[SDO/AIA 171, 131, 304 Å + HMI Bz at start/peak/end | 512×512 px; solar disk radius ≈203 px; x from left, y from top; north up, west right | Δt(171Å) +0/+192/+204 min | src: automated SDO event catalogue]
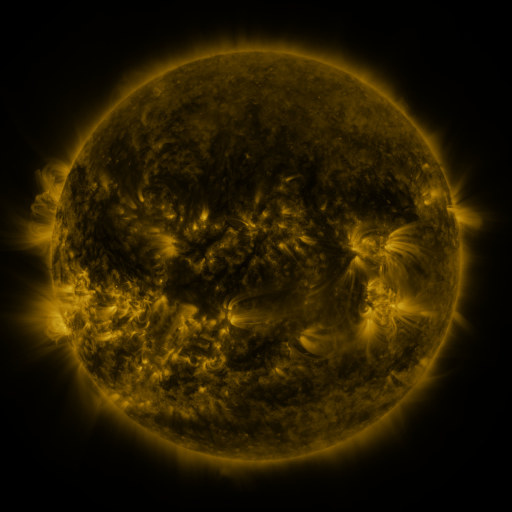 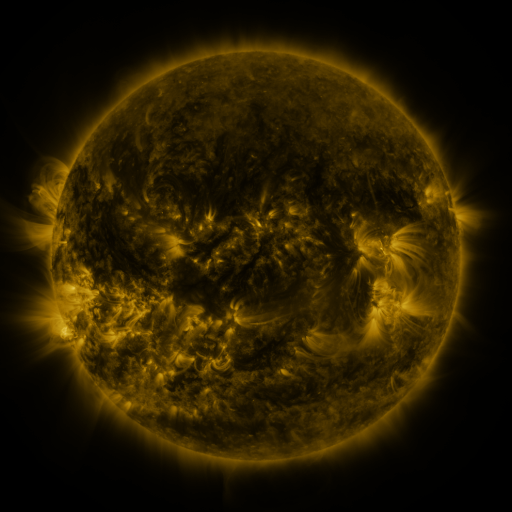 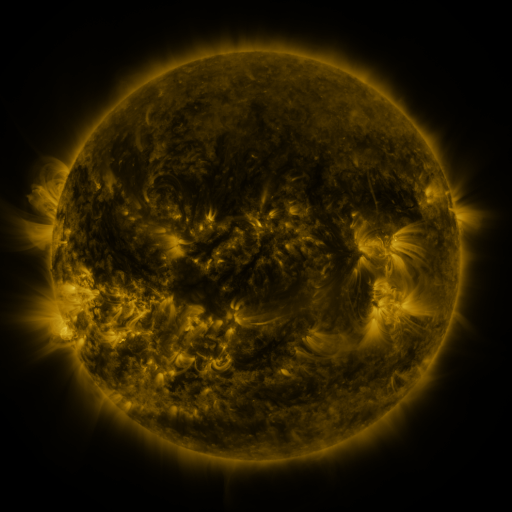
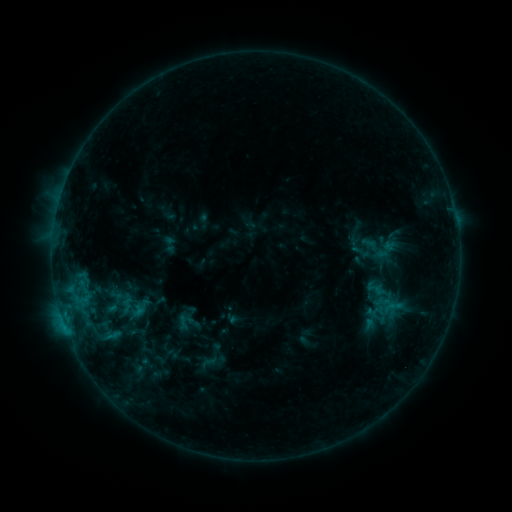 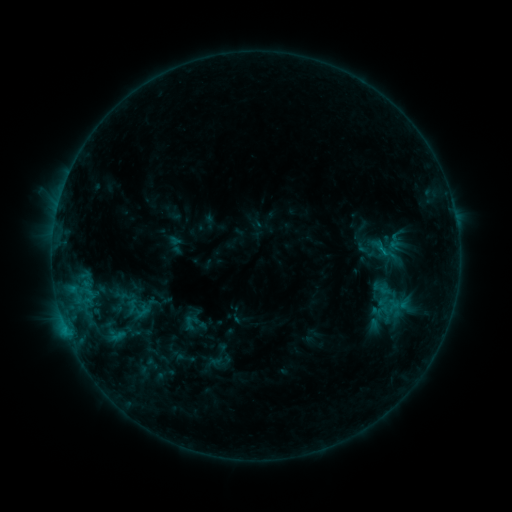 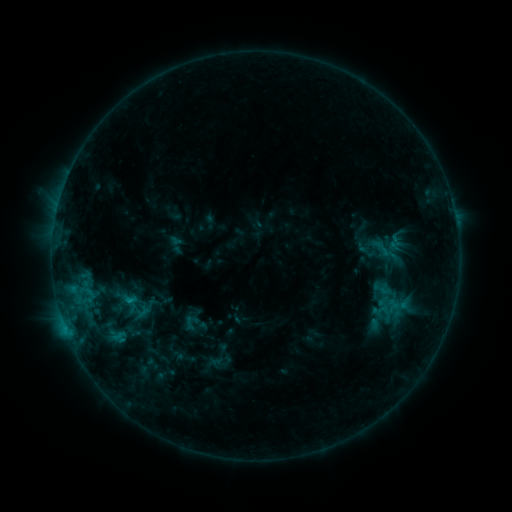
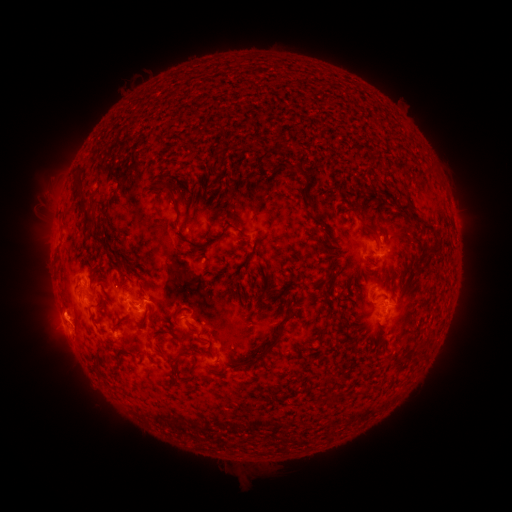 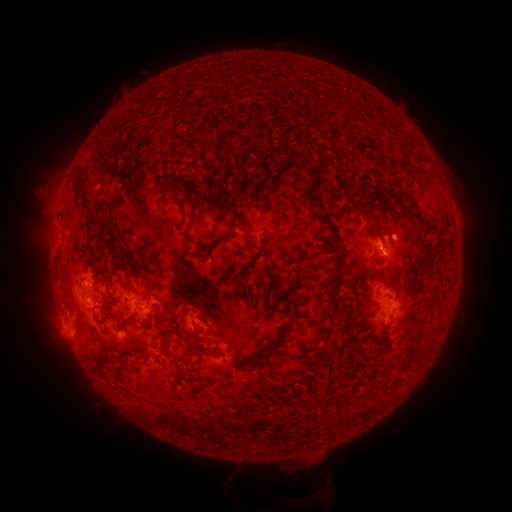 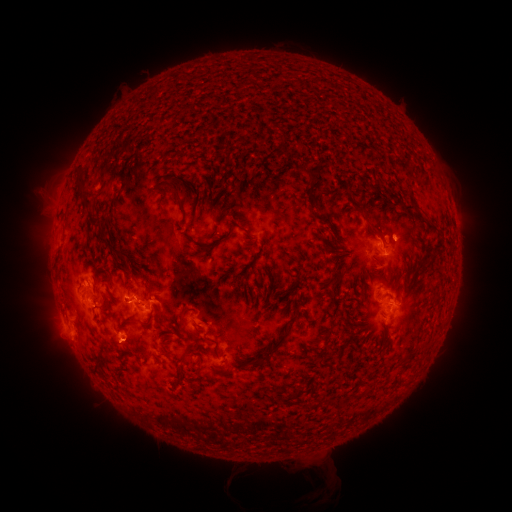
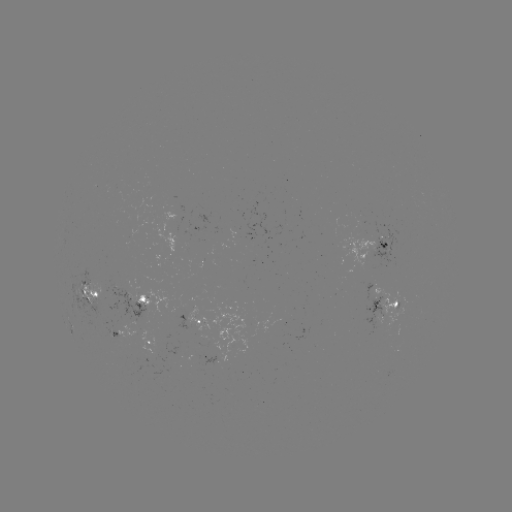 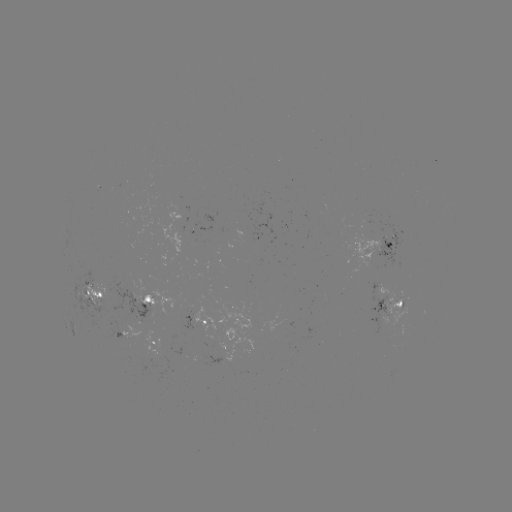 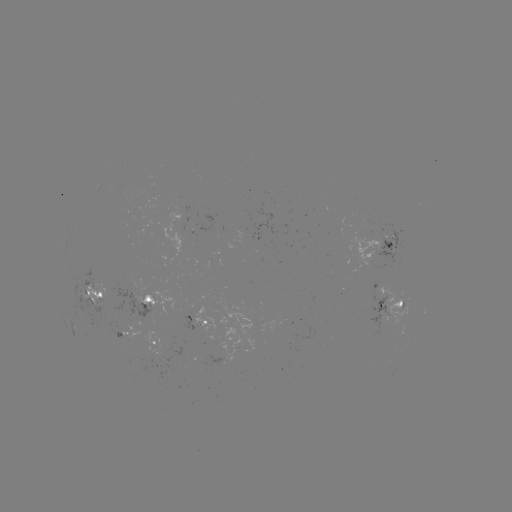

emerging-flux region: [369, 223, 400, 266]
